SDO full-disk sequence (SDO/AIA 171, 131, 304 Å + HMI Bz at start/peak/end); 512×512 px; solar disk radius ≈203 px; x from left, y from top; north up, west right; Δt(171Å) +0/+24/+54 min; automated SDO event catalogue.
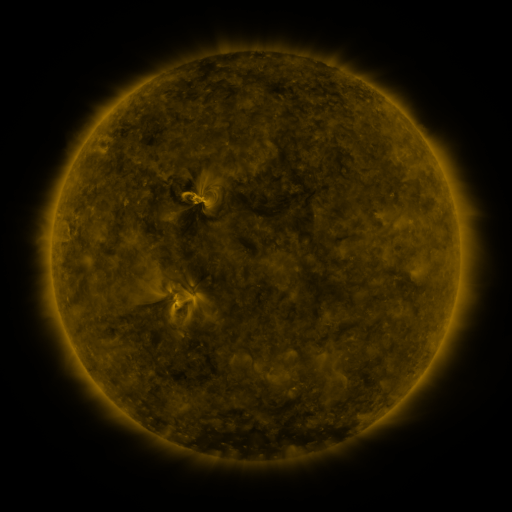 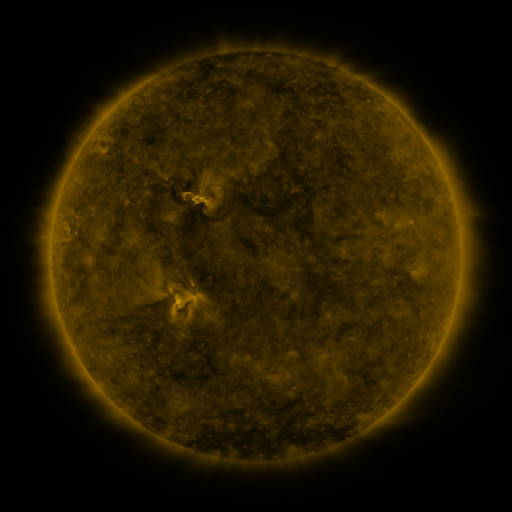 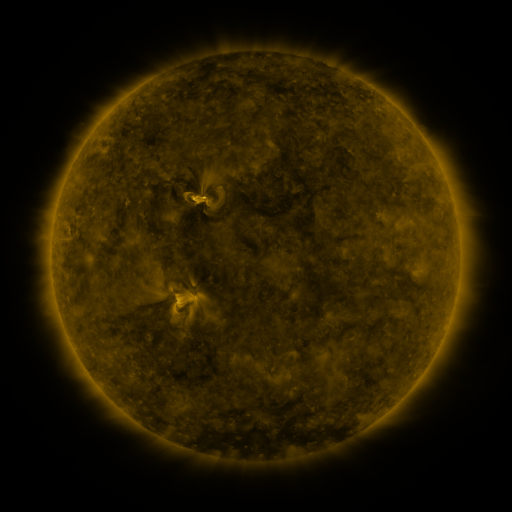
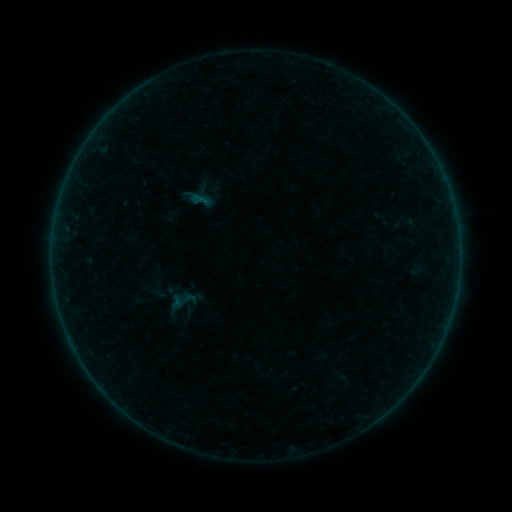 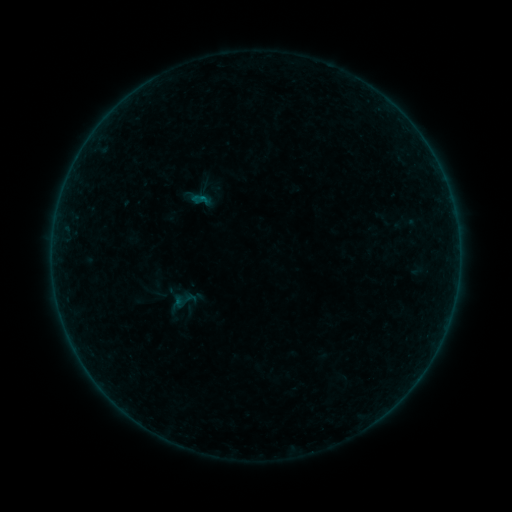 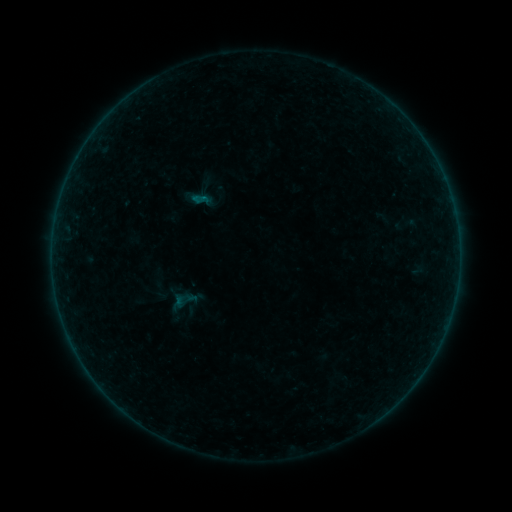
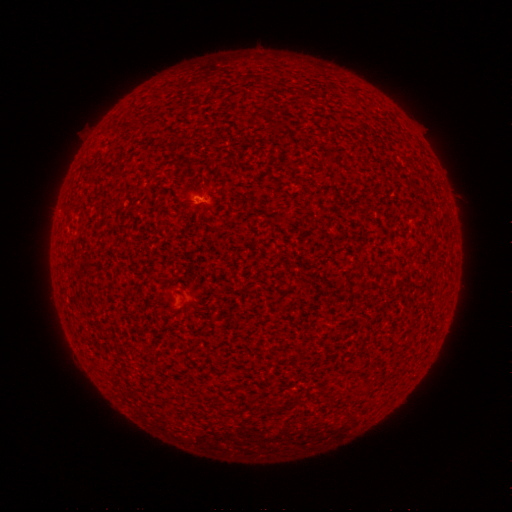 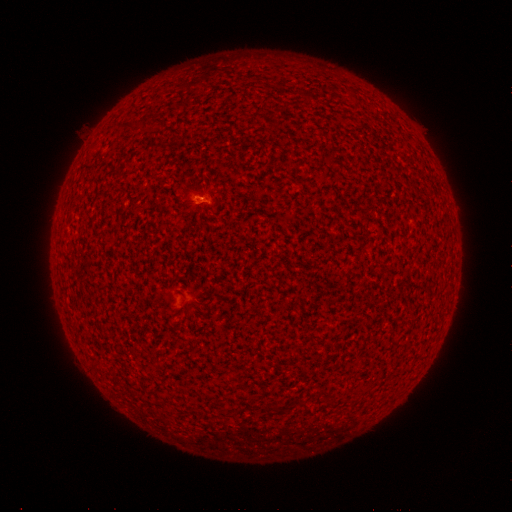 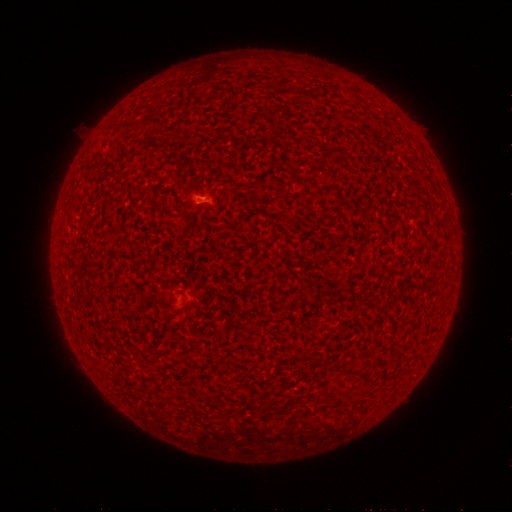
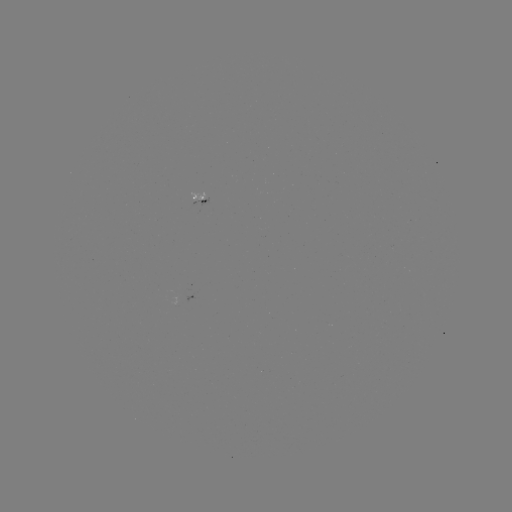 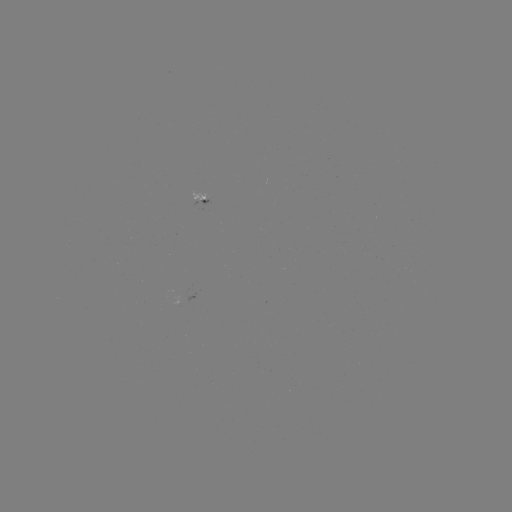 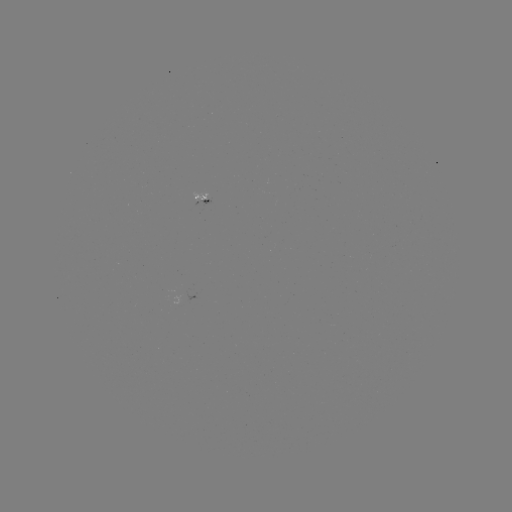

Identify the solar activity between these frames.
A5.4 flare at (203, 199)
